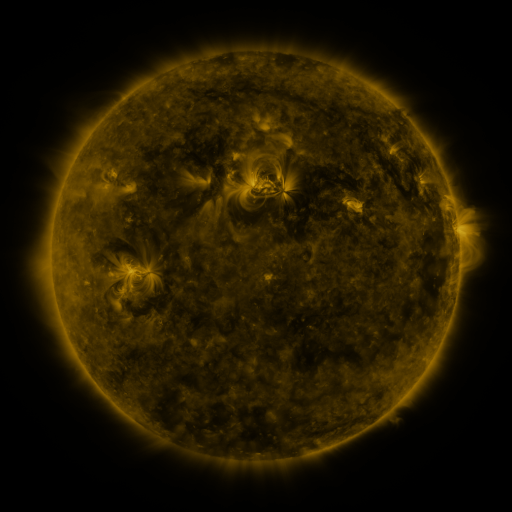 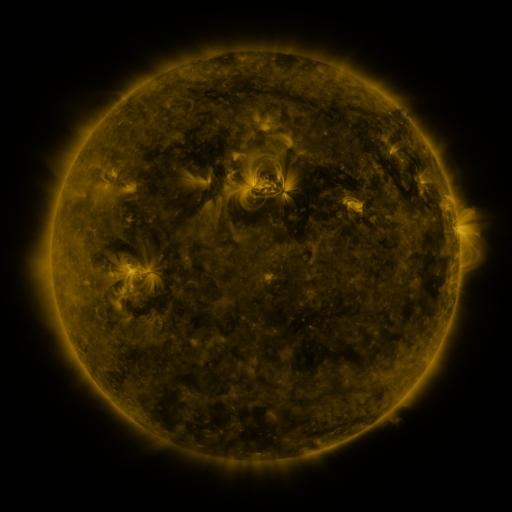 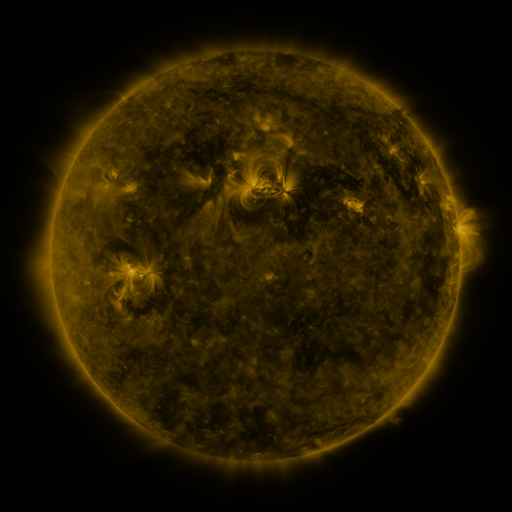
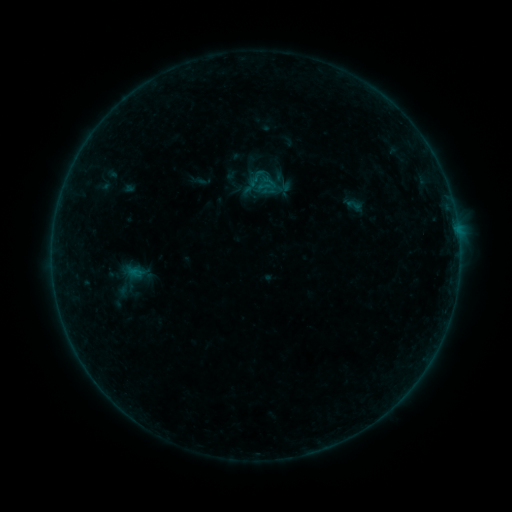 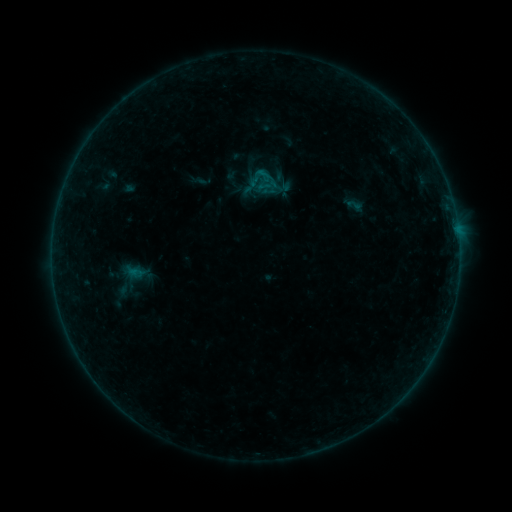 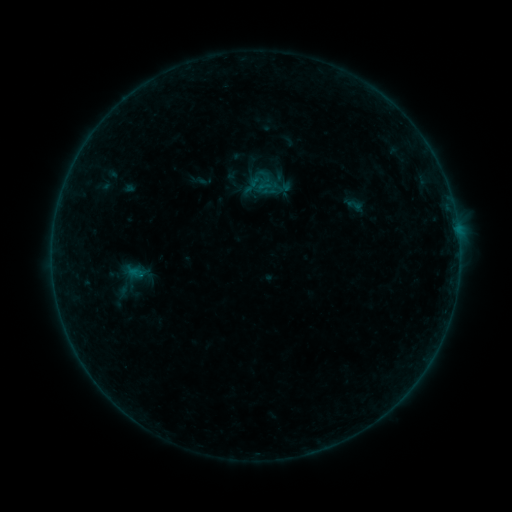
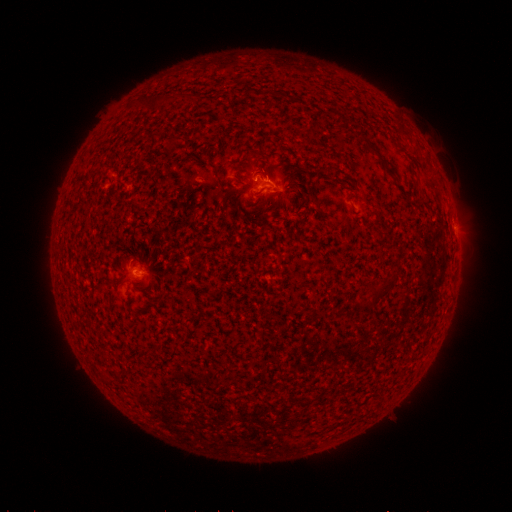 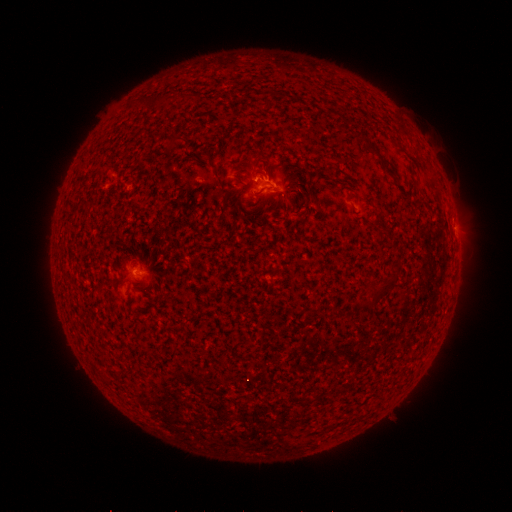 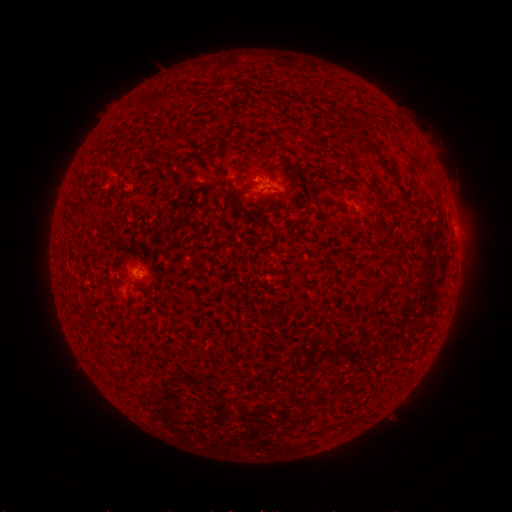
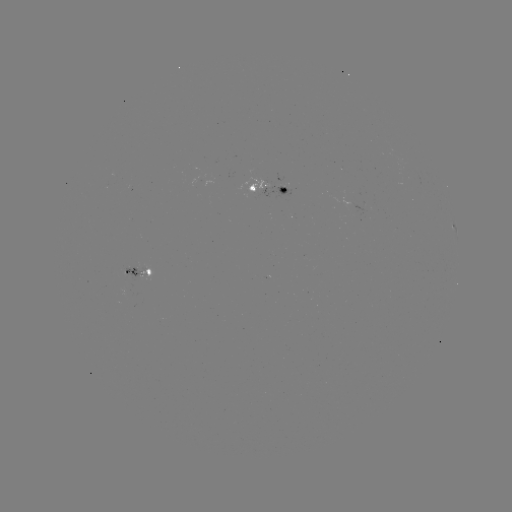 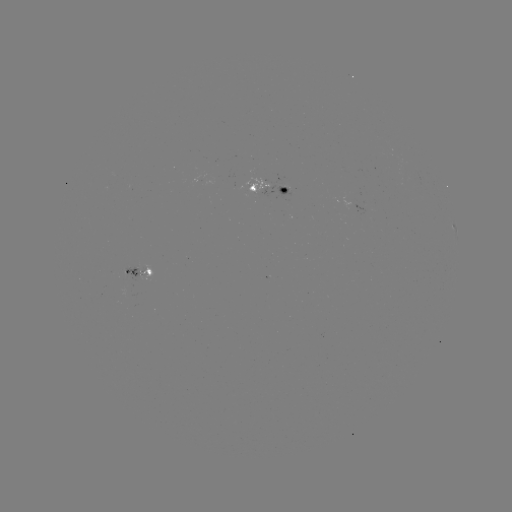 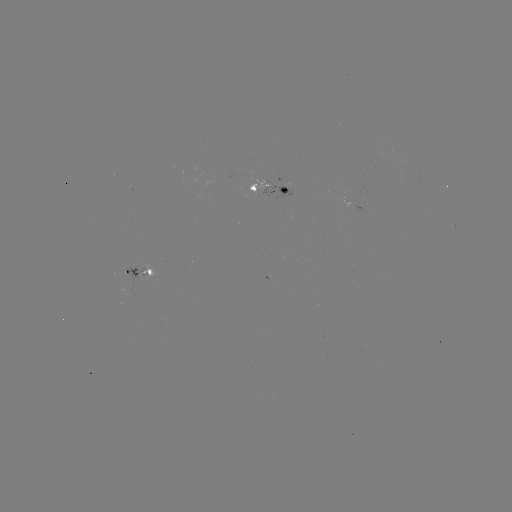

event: flare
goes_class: B3.3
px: (259, 174)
